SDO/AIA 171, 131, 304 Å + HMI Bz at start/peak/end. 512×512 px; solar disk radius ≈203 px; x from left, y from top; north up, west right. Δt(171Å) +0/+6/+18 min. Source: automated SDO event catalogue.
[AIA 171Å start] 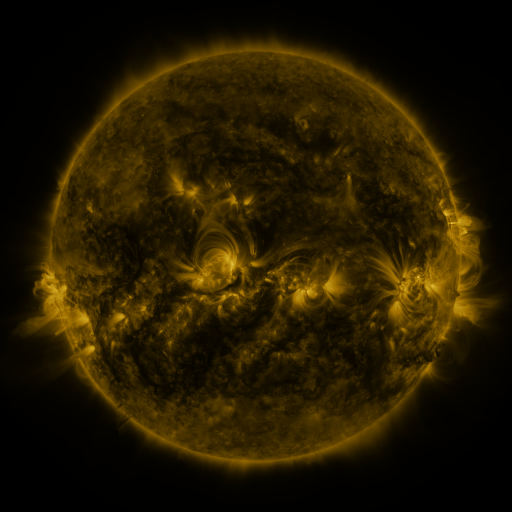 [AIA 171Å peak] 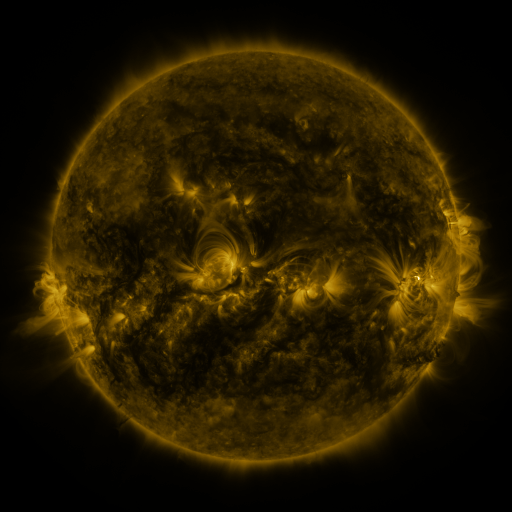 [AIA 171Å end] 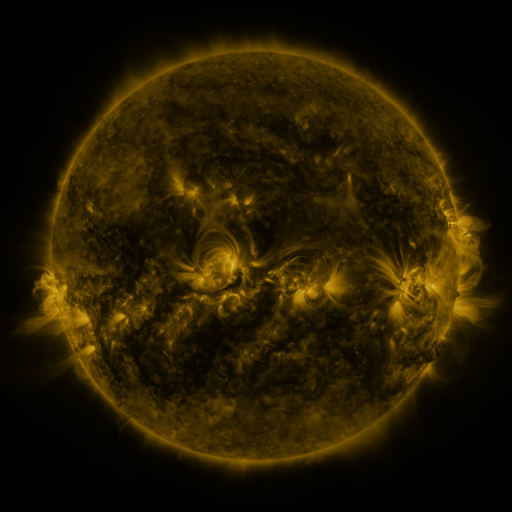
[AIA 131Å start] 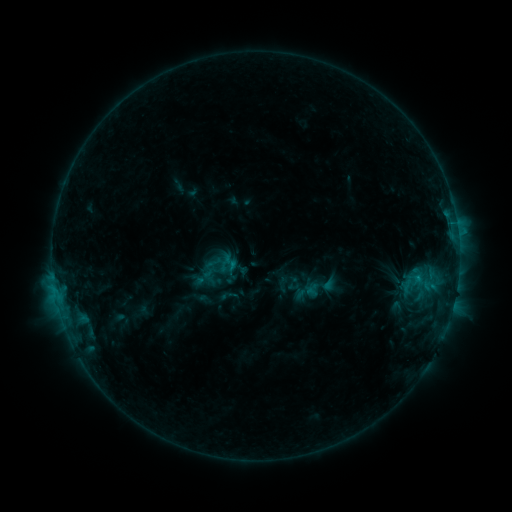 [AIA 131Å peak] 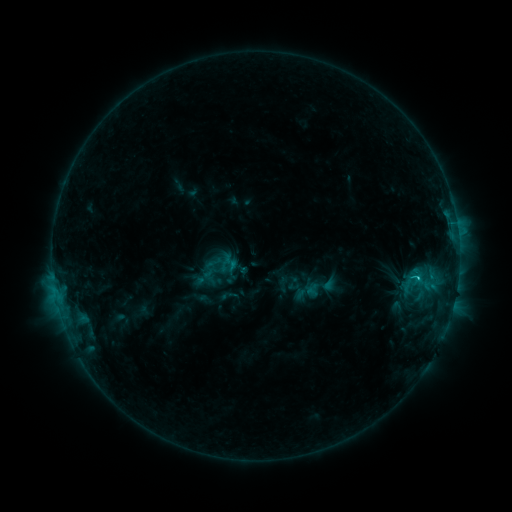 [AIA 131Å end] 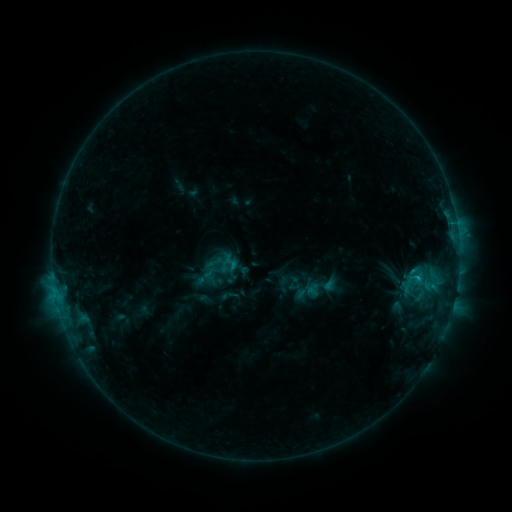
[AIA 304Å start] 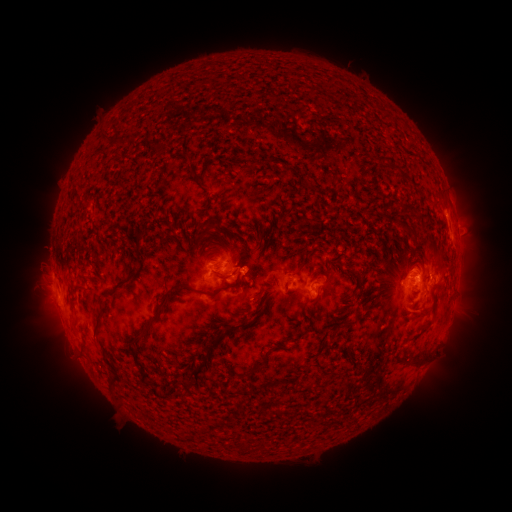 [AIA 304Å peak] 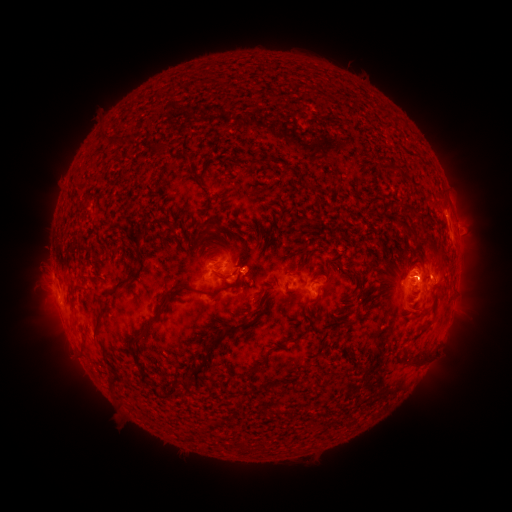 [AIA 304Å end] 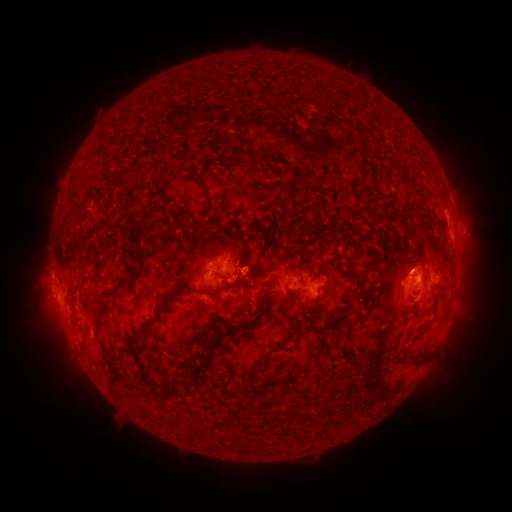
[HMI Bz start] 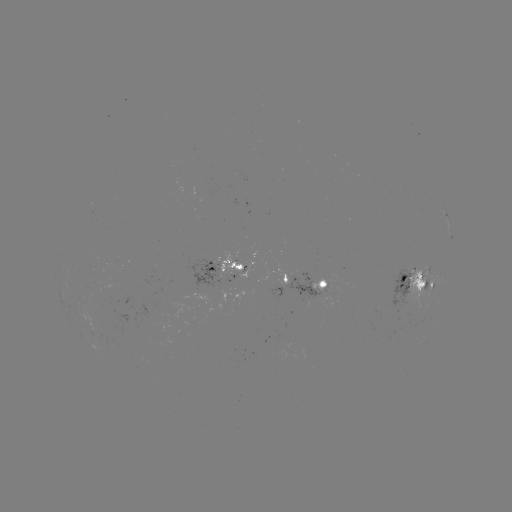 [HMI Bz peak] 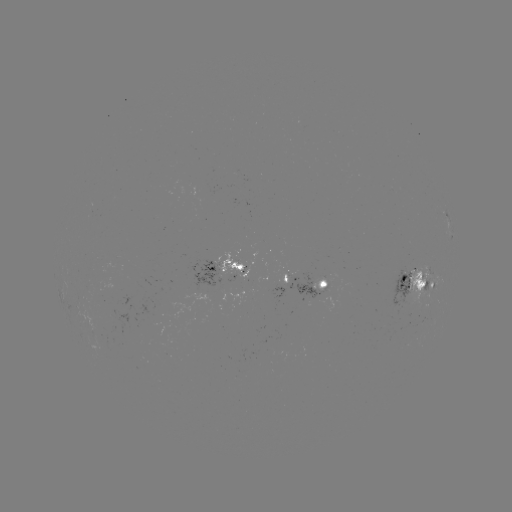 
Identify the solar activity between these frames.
C1.2 flare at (416, 276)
